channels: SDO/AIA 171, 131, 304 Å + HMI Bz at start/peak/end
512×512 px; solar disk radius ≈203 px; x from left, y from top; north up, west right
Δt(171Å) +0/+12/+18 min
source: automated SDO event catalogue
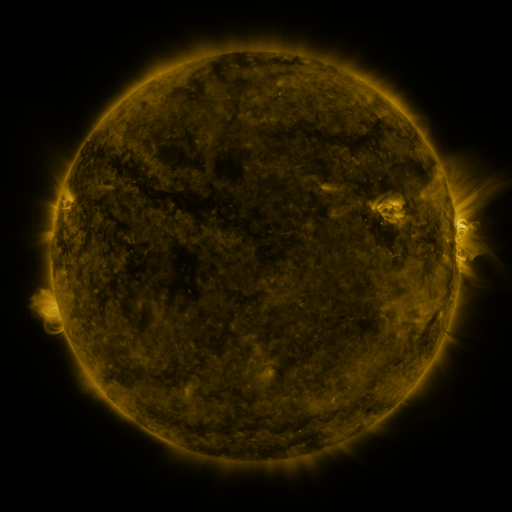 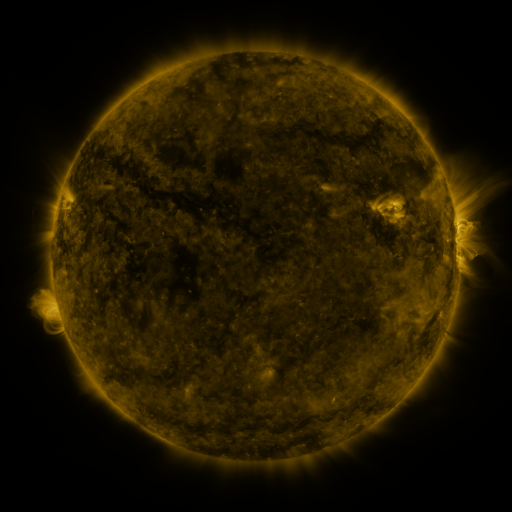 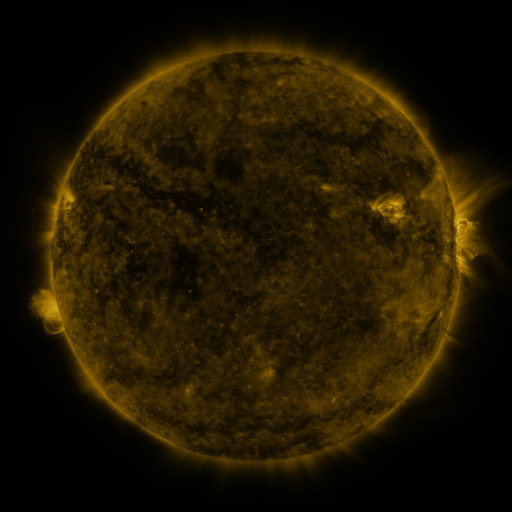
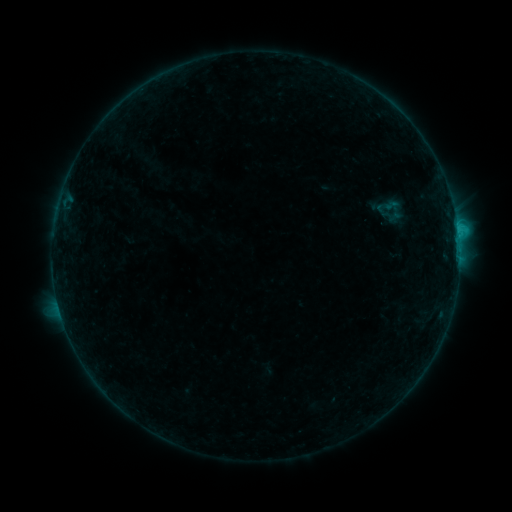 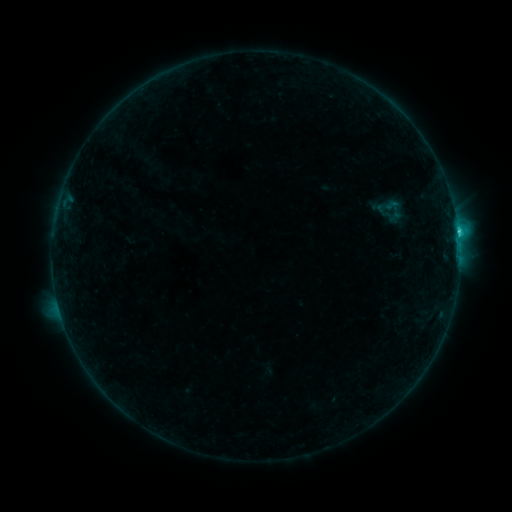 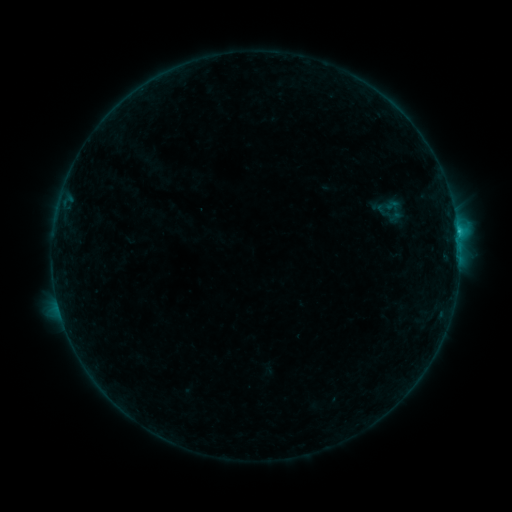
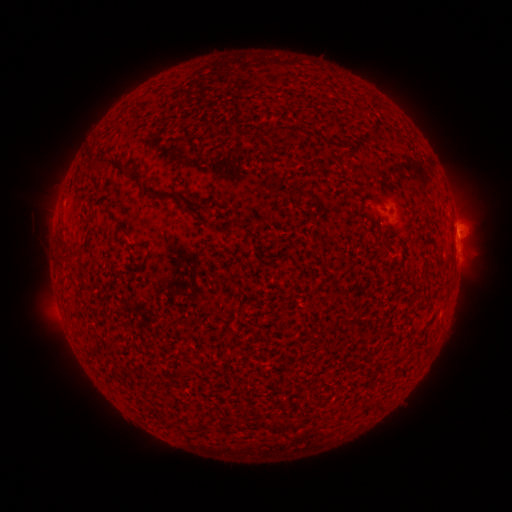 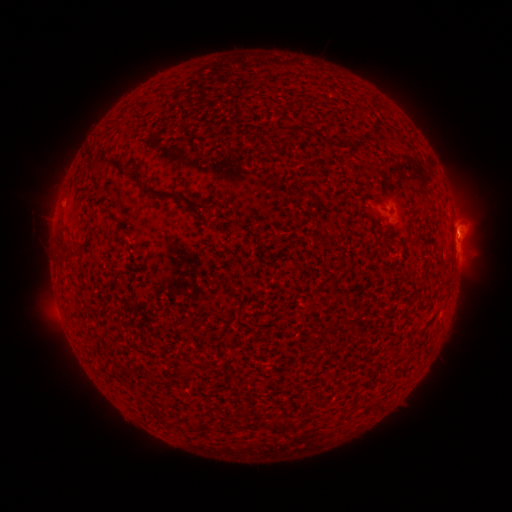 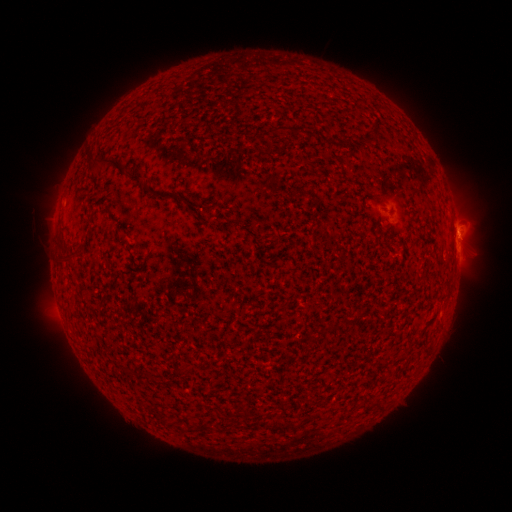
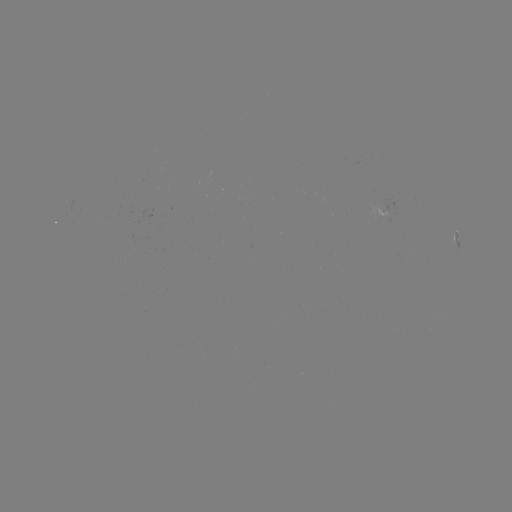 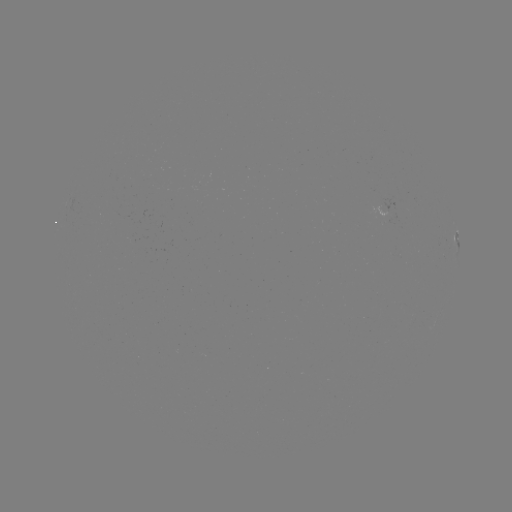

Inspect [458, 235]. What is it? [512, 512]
C1.5 flare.